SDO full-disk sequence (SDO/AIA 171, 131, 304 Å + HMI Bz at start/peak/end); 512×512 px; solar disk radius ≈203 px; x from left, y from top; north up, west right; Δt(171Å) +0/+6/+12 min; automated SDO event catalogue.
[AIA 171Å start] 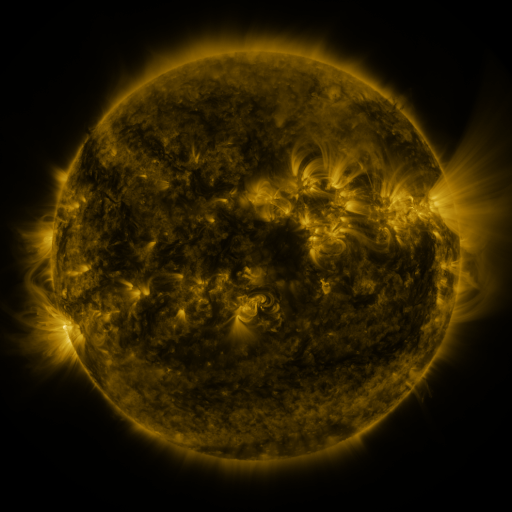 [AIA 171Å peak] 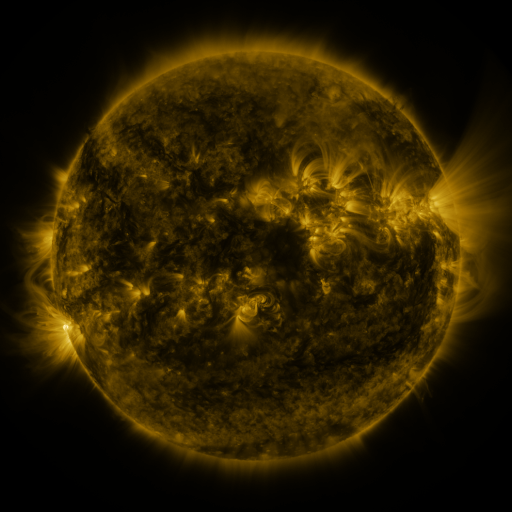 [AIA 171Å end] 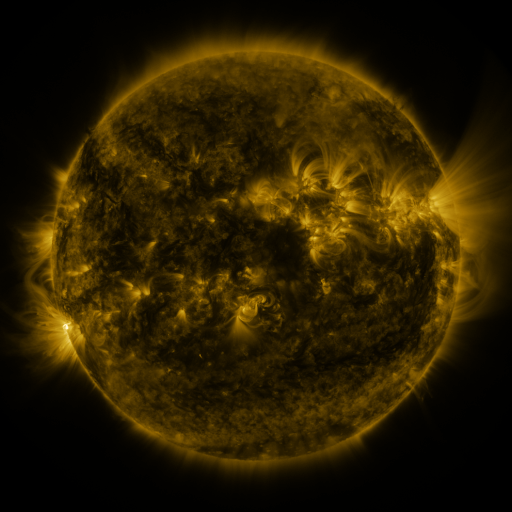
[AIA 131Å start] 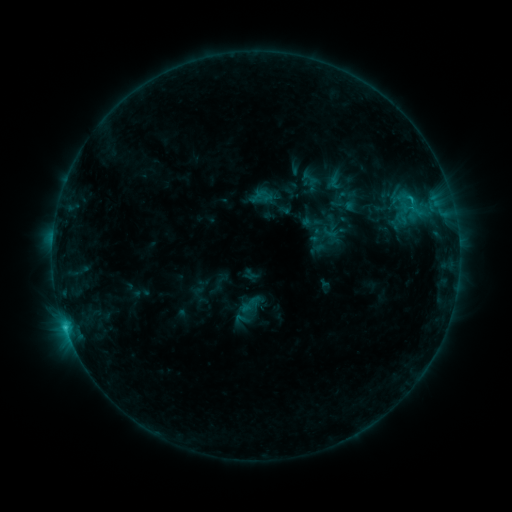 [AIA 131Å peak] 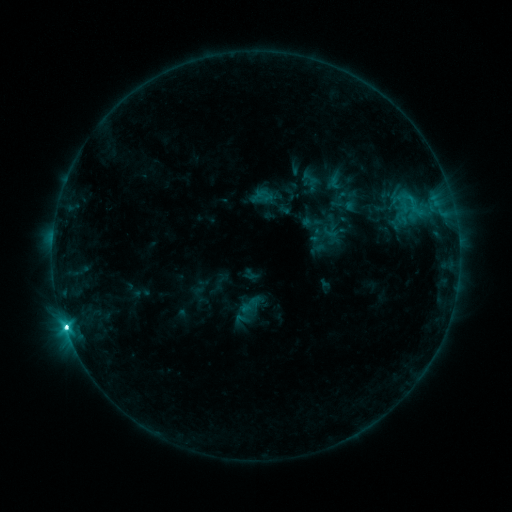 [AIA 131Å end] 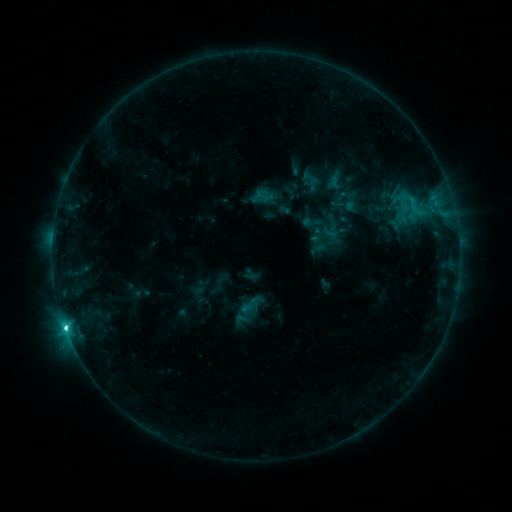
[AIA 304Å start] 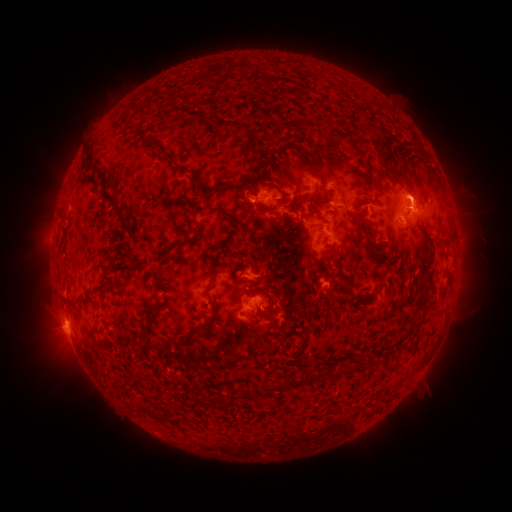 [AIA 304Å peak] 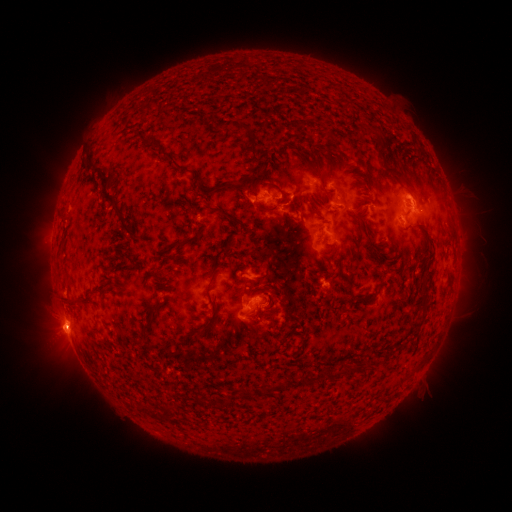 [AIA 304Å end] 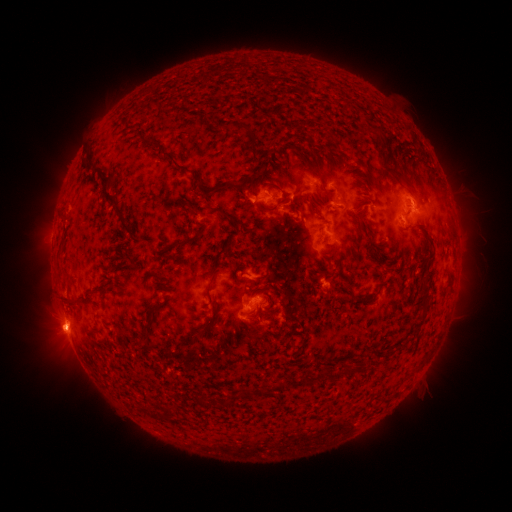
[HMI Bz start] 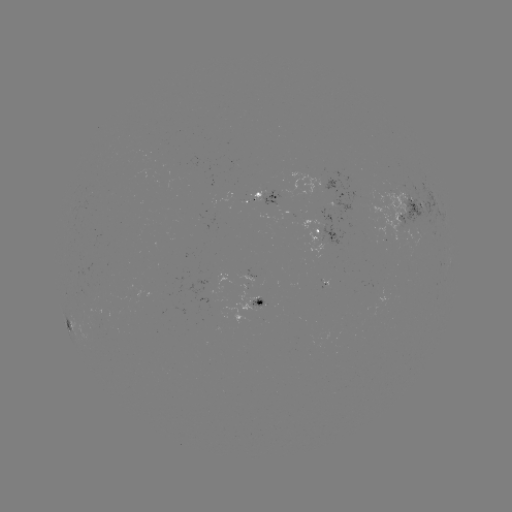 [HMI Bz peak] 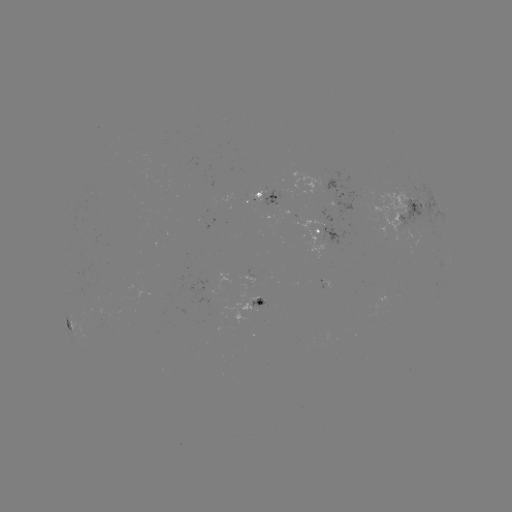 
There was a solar flare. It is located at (66, 325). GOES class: C7.0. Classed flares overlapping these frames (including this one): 1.